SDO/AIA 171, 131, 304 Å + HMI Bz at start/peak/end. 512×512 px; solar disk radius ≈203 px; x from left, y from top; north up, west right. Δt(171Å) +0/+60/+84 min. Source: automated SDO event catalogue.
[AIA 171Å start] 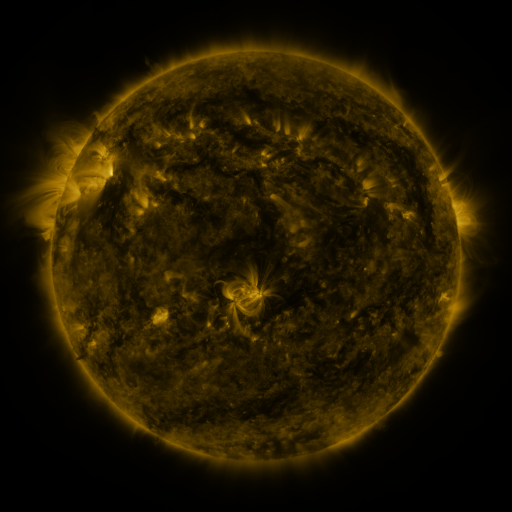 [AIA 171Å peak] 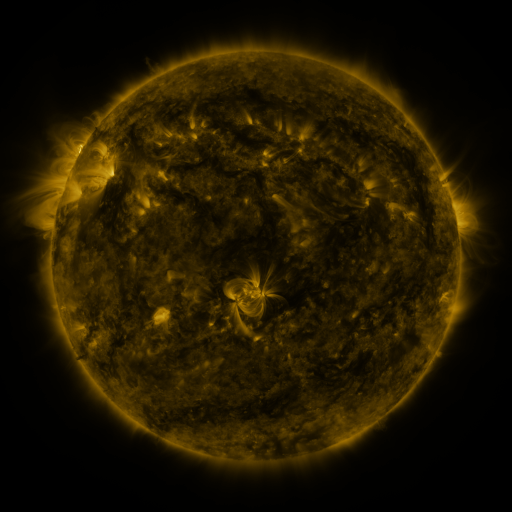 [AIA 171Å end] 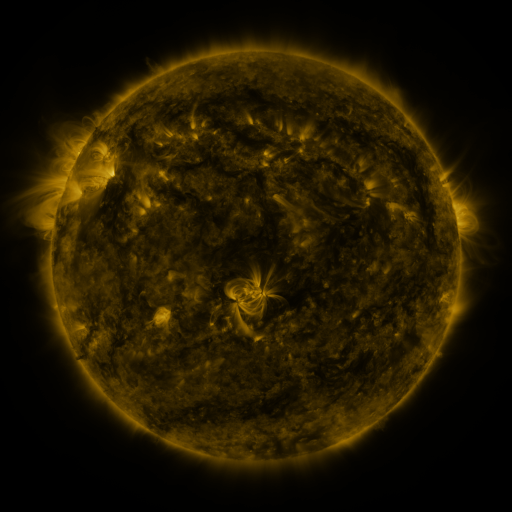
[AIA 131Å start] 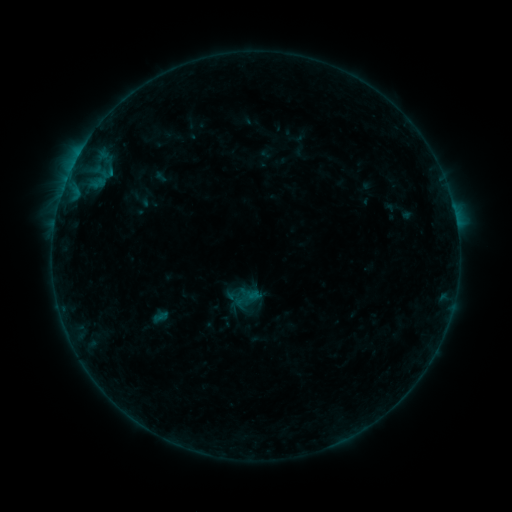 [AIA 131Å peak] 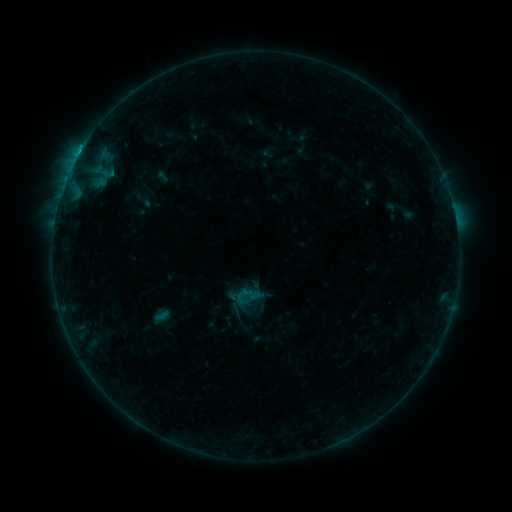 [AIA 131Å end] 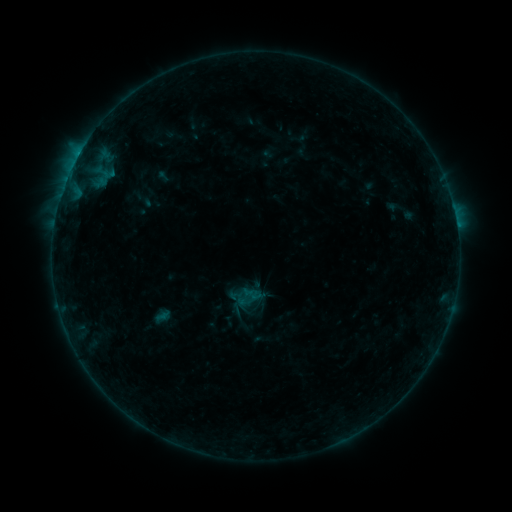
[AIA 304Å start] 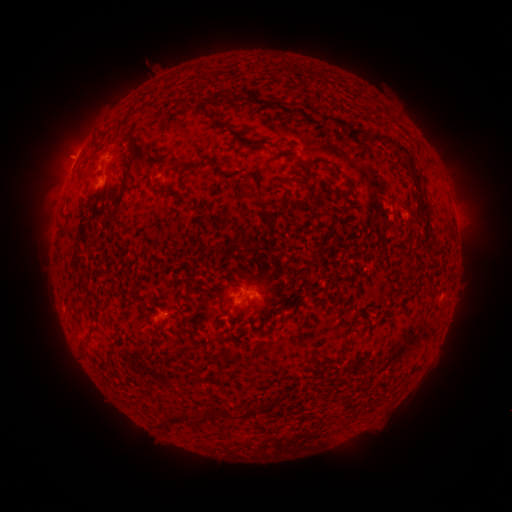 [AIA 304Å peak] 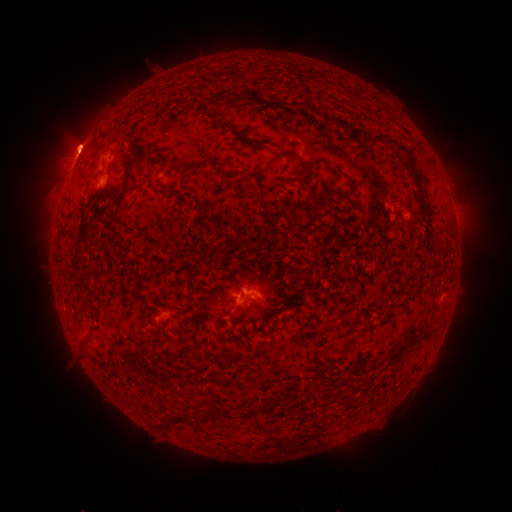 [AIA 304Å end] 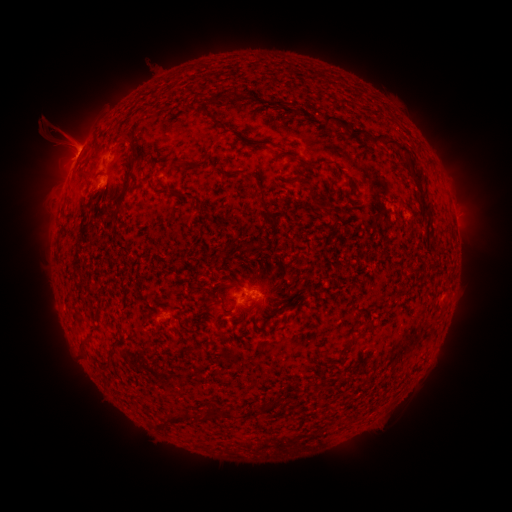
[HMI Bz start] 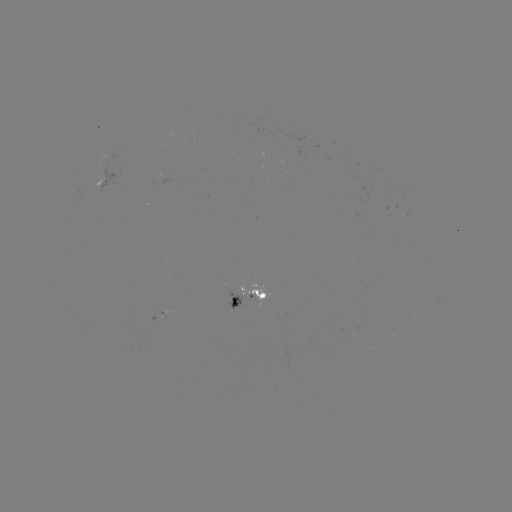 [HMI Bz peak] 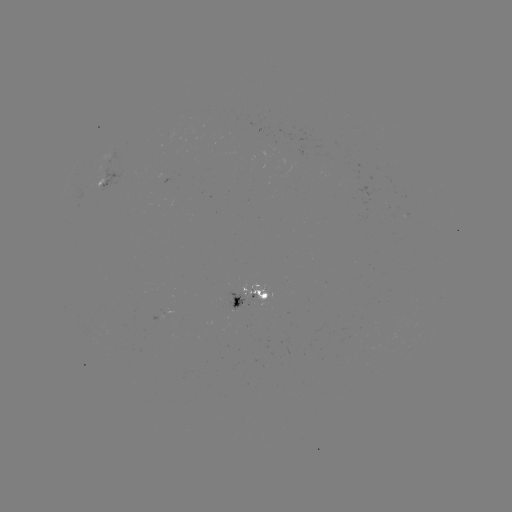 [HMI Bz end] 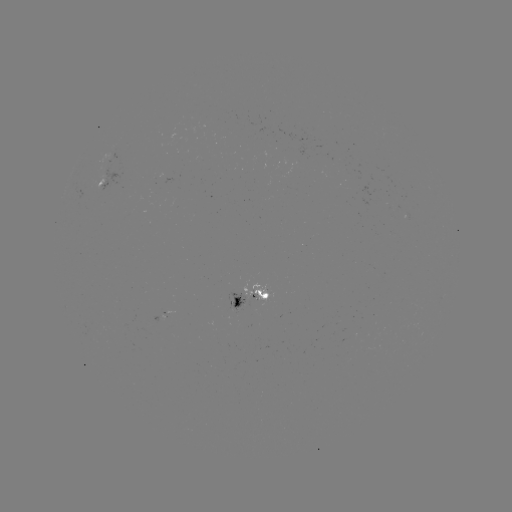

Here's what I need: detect emerging-flux region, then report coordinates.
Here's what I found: emerging-flux region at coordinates [392, 212].